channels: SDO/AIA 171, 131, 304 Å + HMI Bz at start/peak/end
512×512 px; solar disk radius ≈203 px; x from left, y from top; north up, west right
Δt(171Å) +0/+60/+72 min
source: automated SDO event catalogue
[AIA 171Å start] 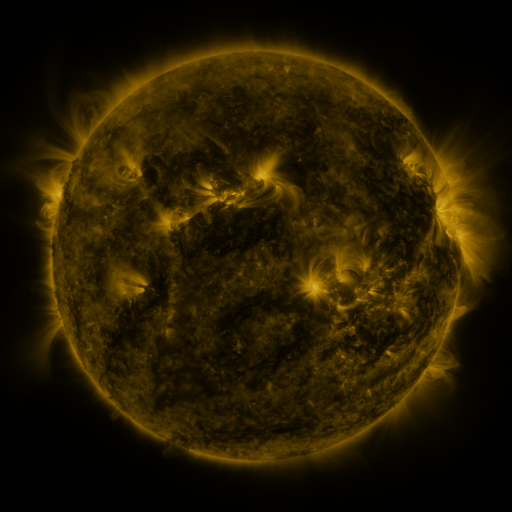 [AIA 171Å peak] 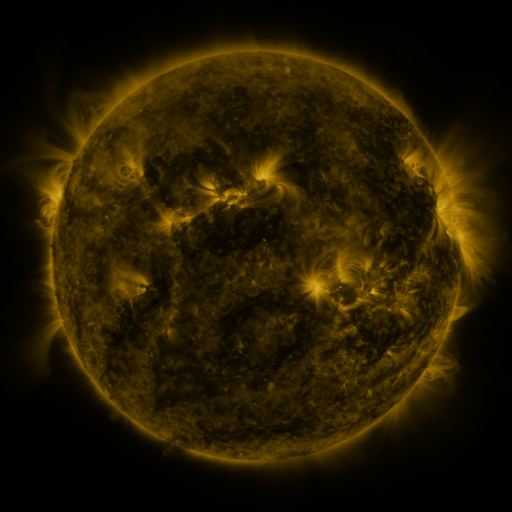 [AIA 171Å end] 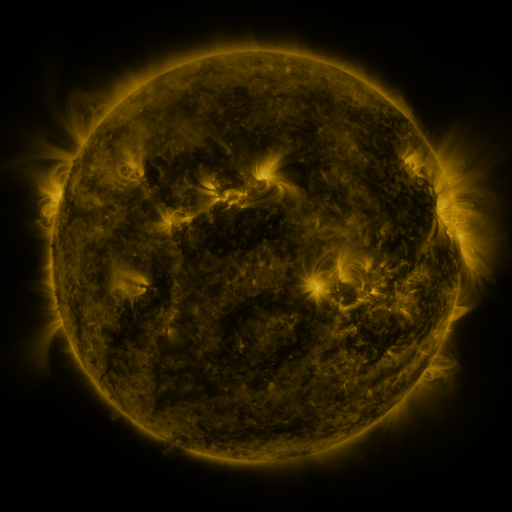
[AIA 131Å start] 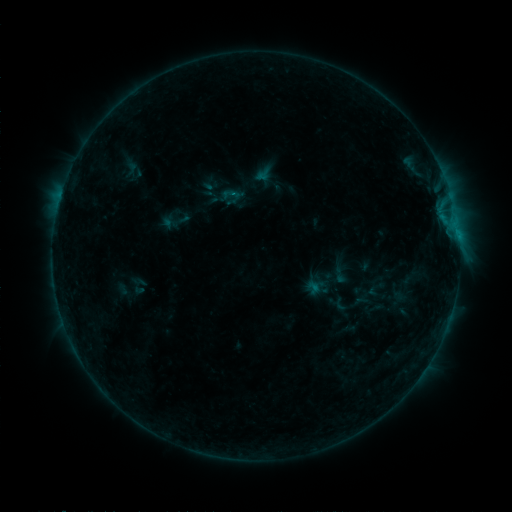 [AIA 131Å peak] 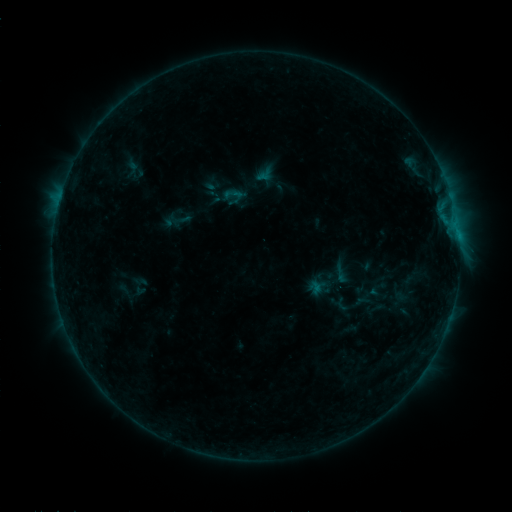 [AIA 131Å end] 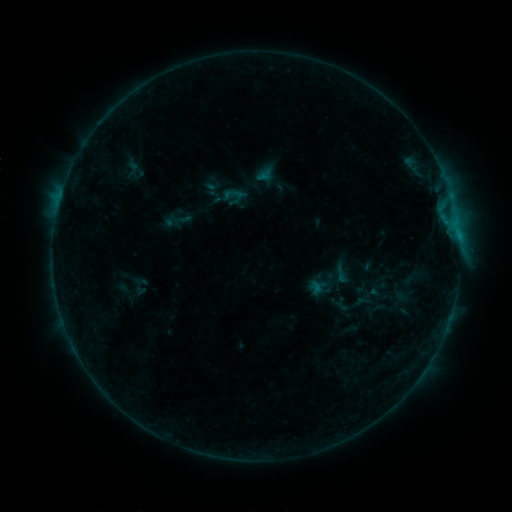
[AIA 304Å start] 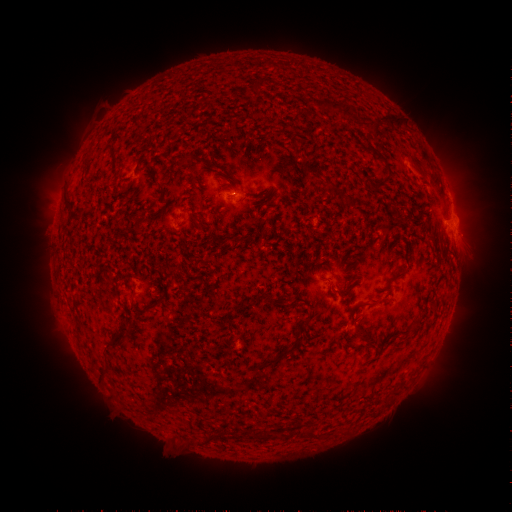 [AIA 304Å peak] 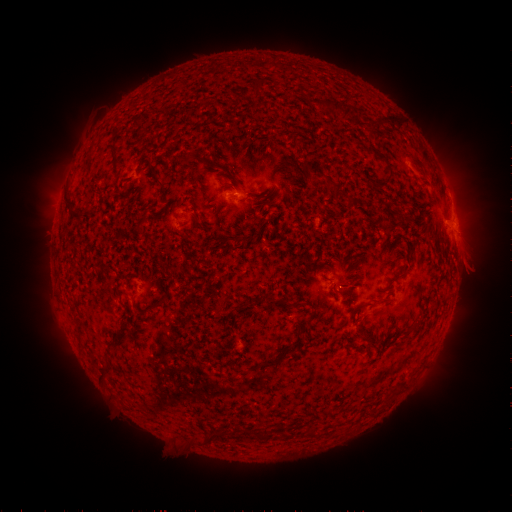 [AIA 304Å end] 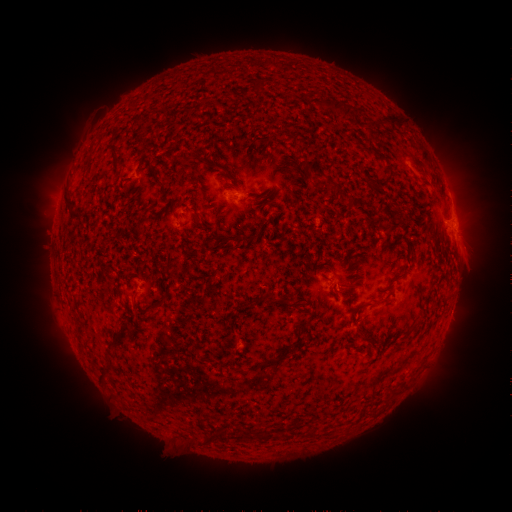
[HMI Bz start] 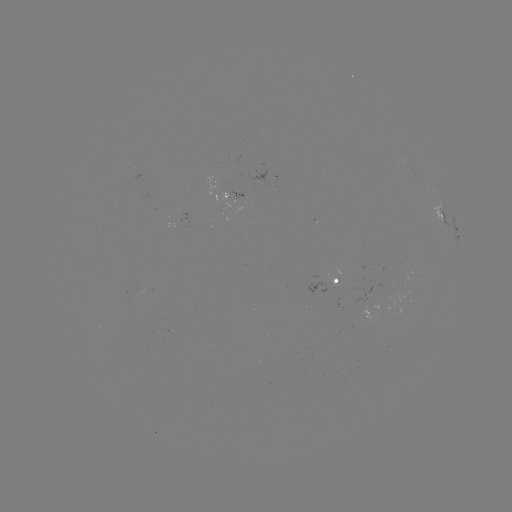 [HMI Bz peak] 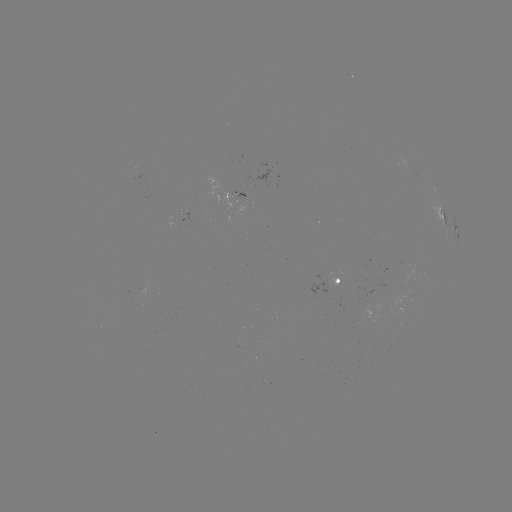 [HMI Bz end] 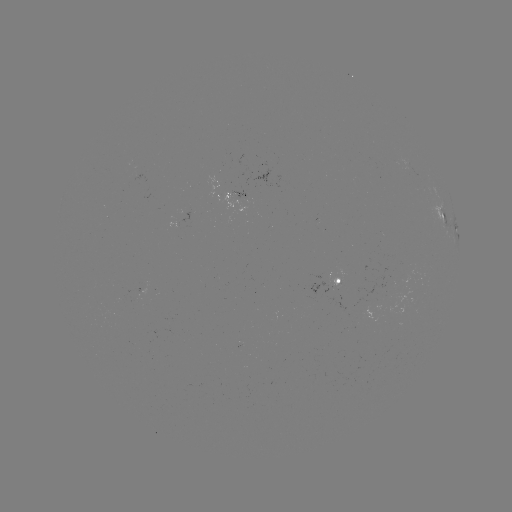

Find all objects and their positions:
emerging-flux region: (246, 198)
